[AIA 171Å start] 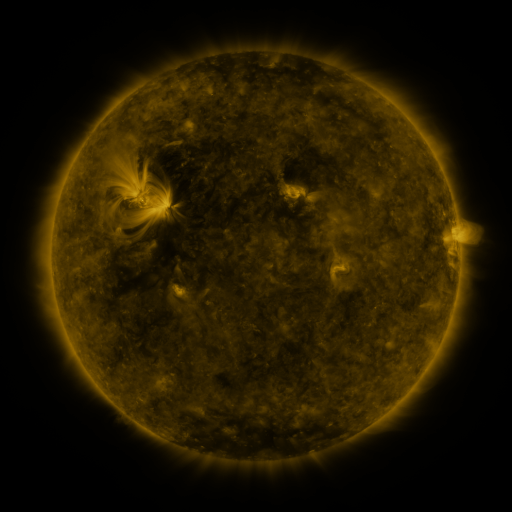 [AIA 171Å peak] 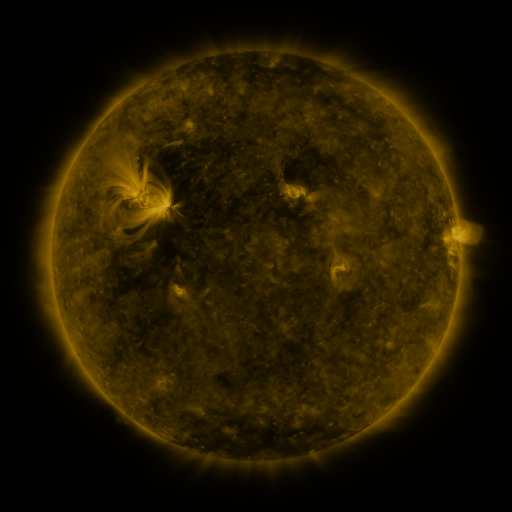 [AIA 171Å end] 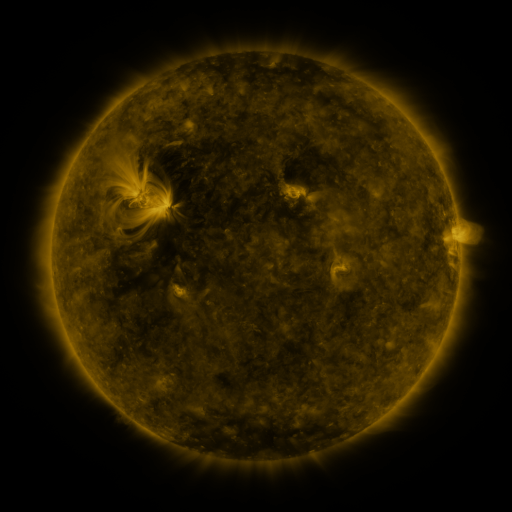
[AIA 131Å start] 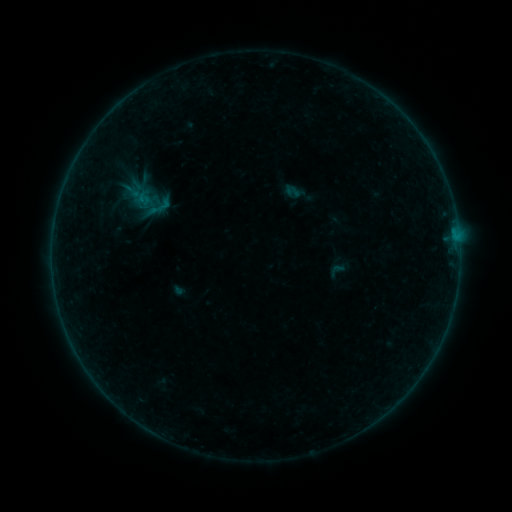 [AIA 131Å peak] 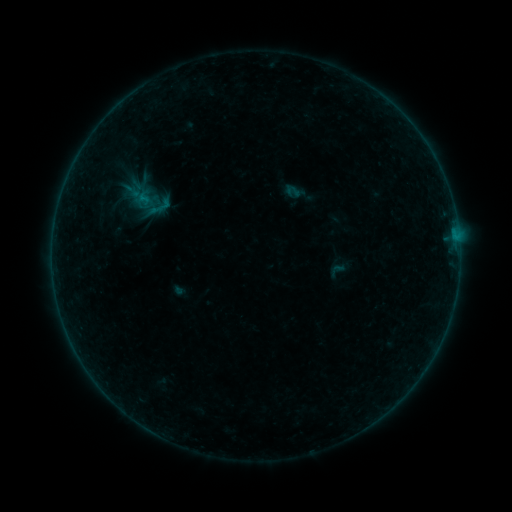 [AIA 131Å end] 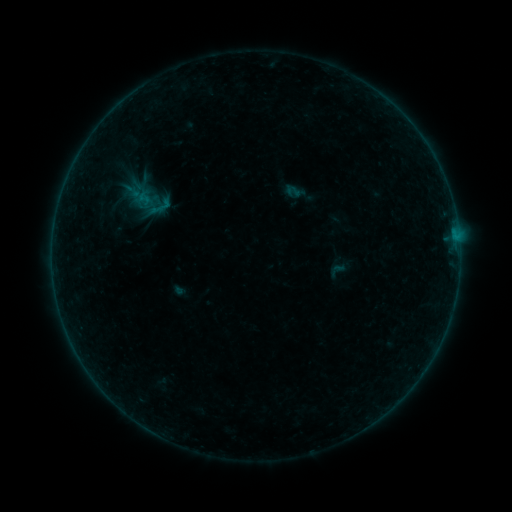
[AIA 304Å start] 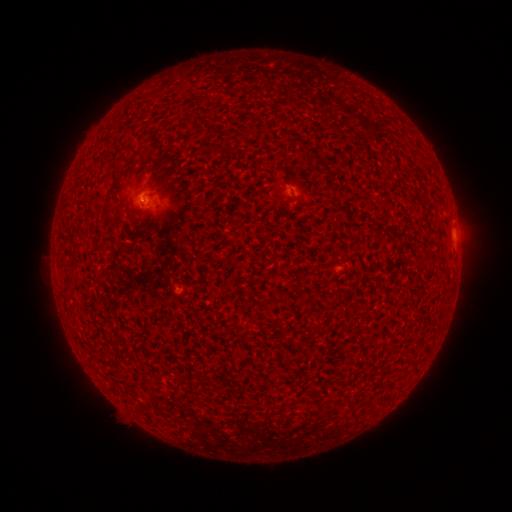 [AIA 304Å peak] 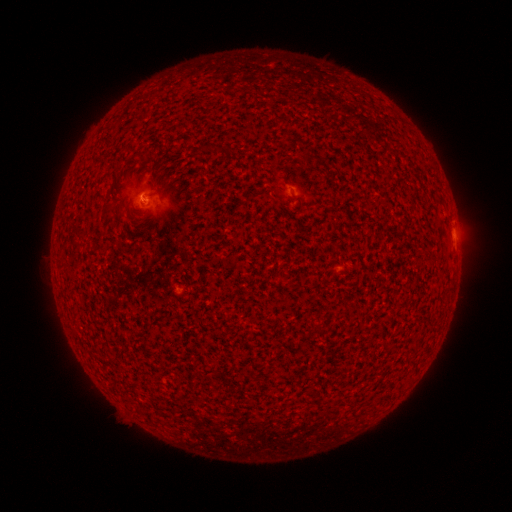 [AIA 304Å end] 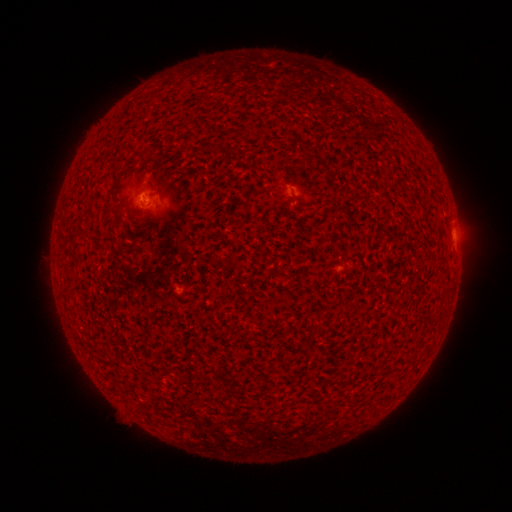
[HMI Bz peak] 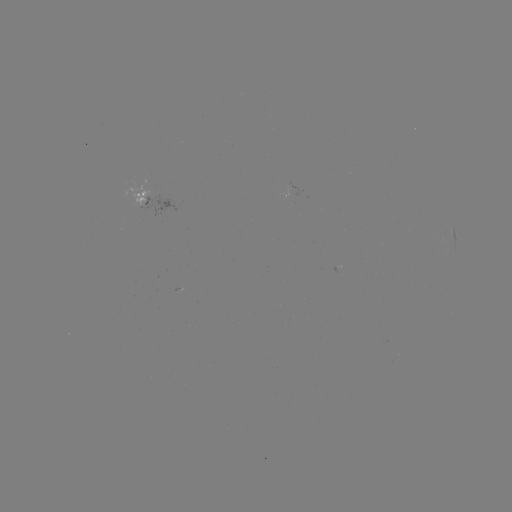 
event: flare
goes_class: B1.1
